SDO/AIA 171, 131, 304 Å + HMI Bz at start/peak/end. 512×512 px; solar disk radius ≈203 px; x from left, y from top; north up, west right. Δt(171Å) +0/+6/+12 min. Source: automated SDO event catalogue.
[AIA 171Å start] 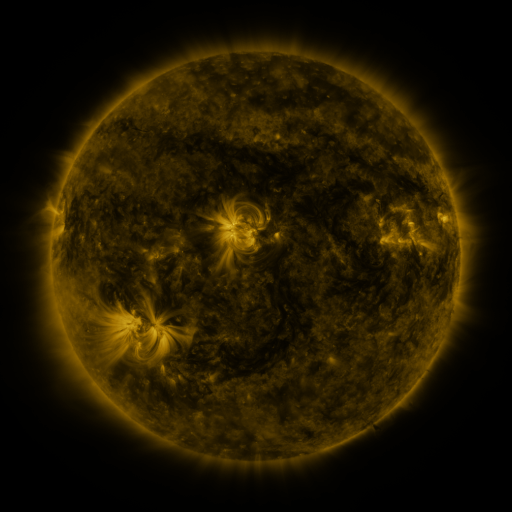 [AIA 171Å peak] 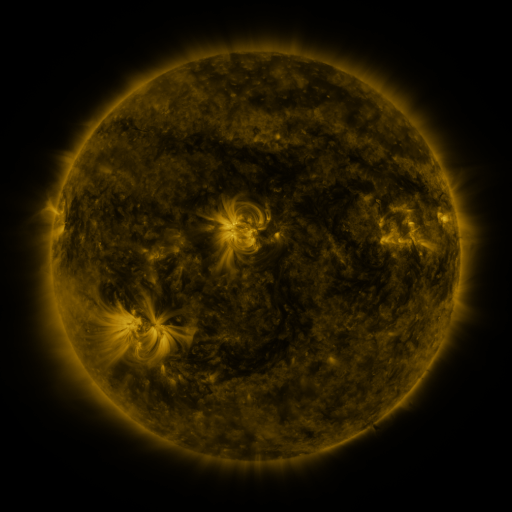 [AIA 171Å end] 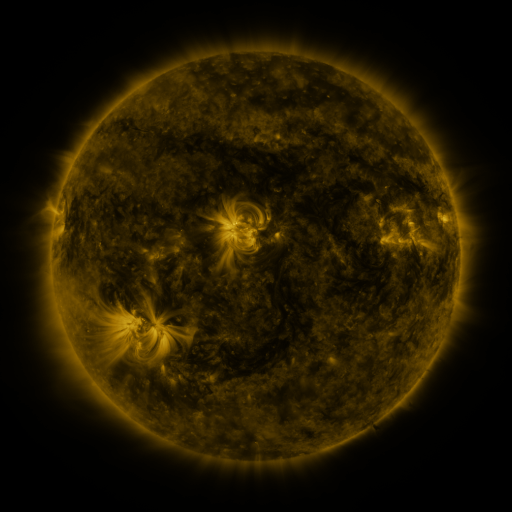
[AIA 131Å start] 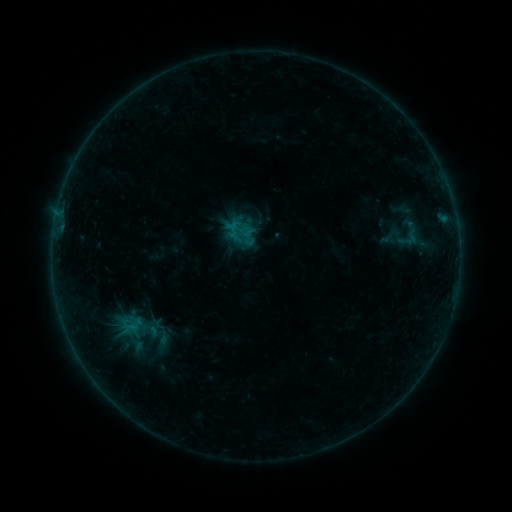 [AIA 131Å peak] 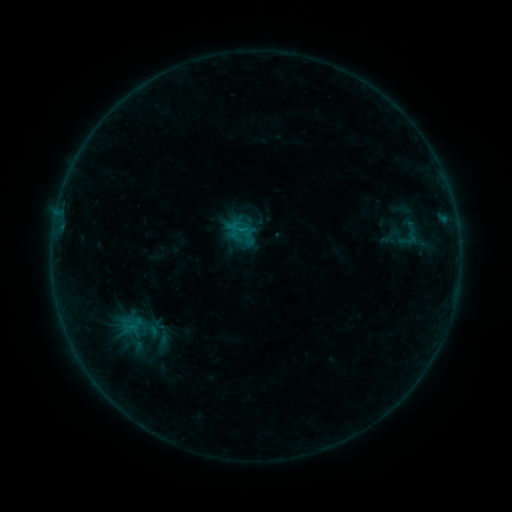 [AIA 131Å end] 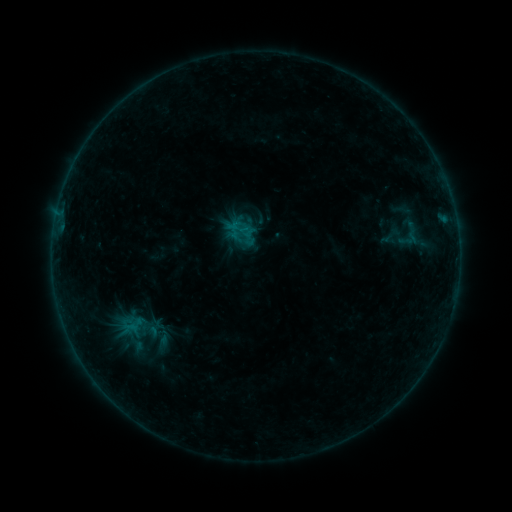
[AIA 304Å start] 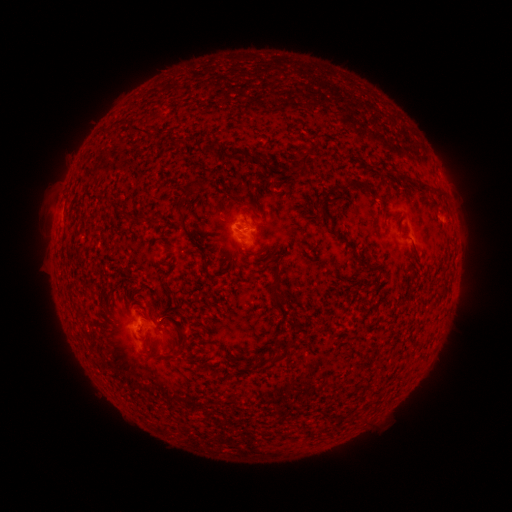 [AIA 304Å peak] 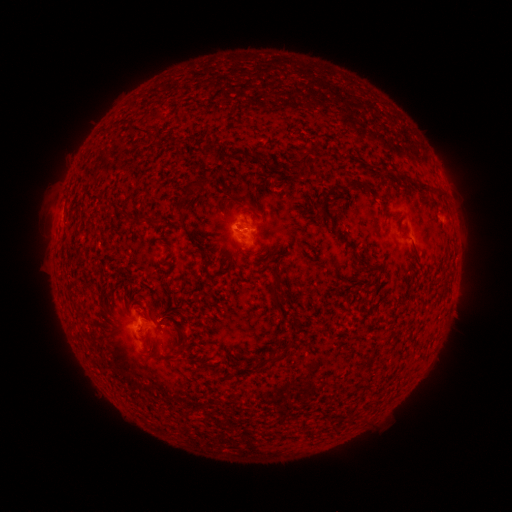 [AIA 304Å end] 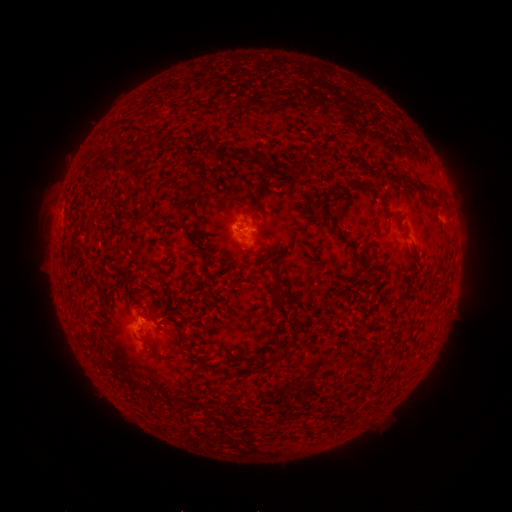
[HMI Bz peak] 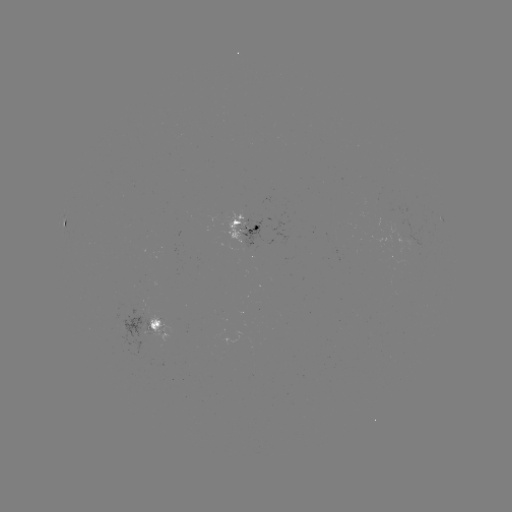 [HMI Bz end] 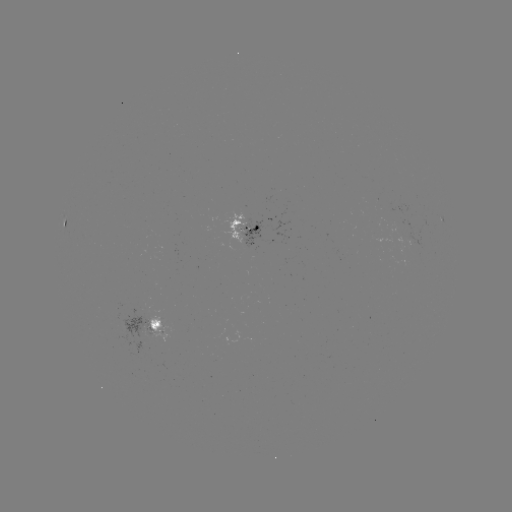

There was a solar flare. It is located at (245, 232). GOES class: B3.5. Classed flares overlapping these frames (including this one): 1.